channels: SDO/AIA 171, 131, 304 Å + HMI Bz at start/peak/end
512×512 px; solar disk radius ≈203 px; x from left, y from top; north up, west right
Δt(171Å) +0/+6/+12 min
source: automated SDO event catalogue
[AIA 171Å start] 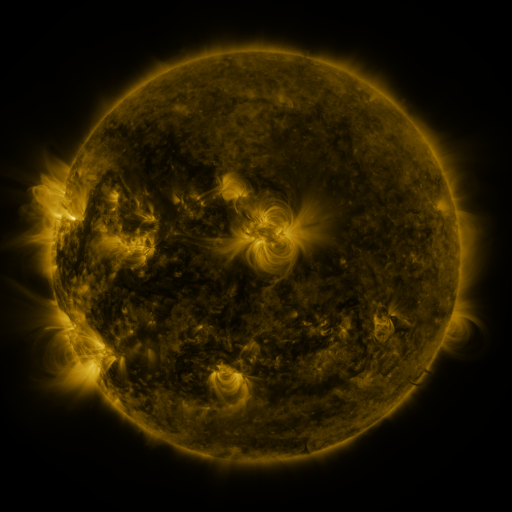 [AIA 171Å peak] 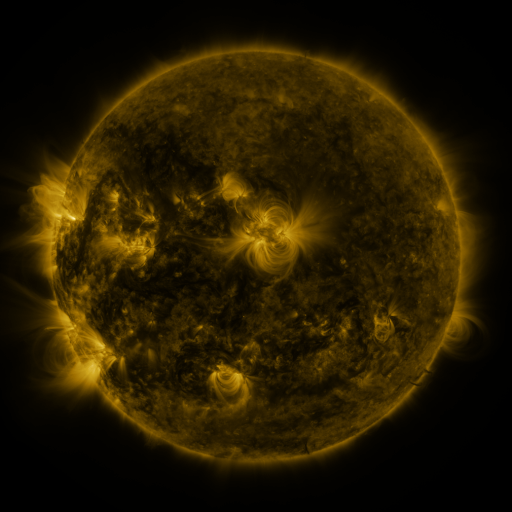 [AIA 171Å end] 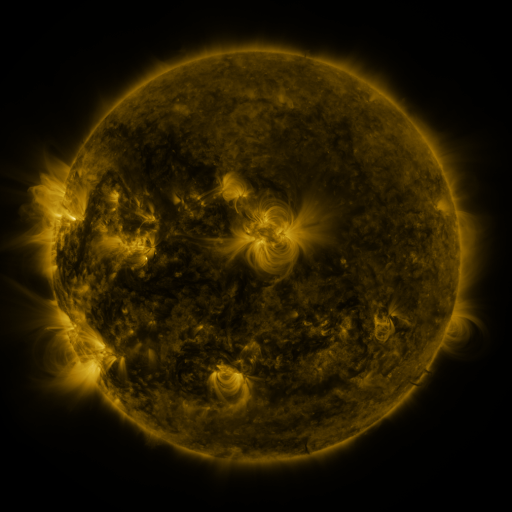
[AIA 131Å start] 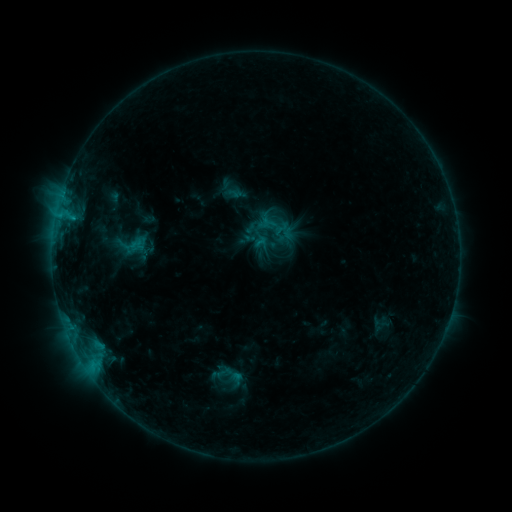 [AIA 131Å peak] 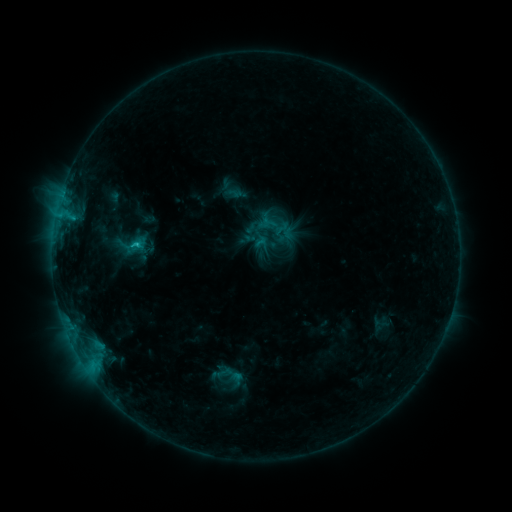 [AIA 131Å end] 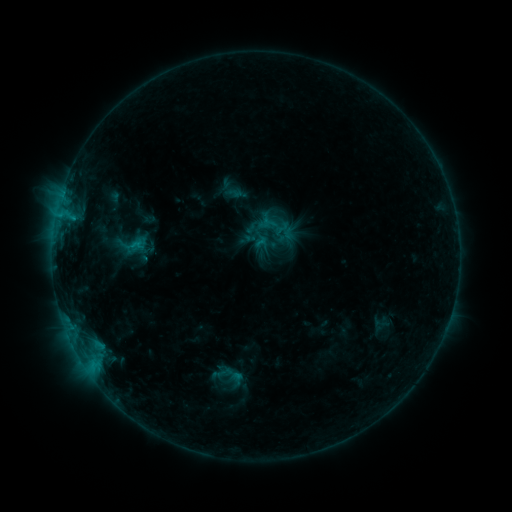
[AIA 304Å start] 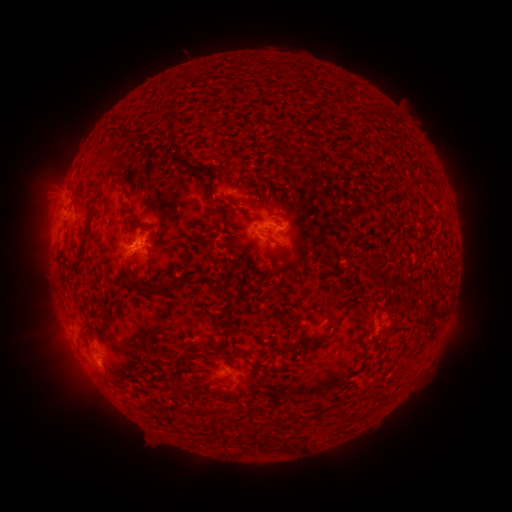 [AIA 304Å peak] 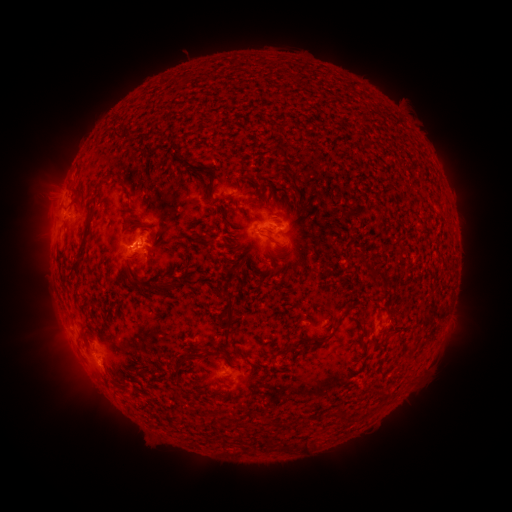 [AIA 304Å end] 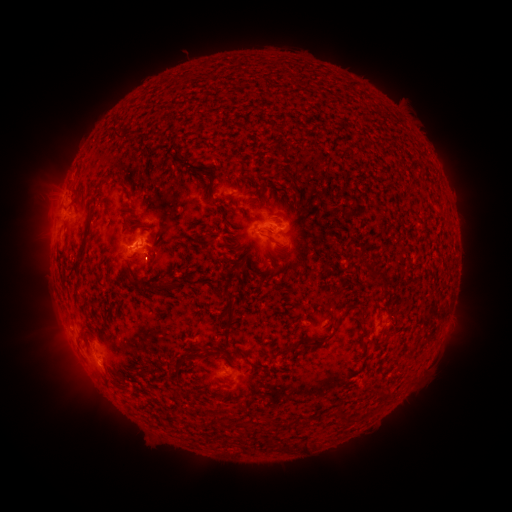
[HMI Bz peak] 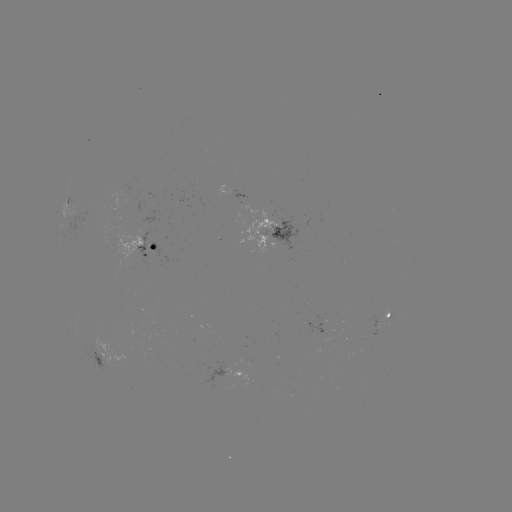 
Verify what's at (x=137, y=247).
B8.4 flare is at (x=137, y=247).